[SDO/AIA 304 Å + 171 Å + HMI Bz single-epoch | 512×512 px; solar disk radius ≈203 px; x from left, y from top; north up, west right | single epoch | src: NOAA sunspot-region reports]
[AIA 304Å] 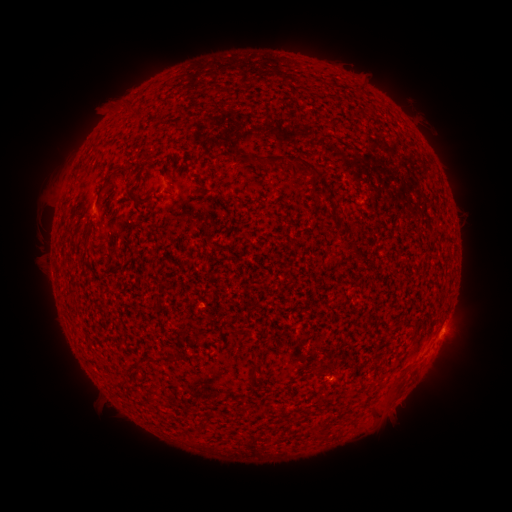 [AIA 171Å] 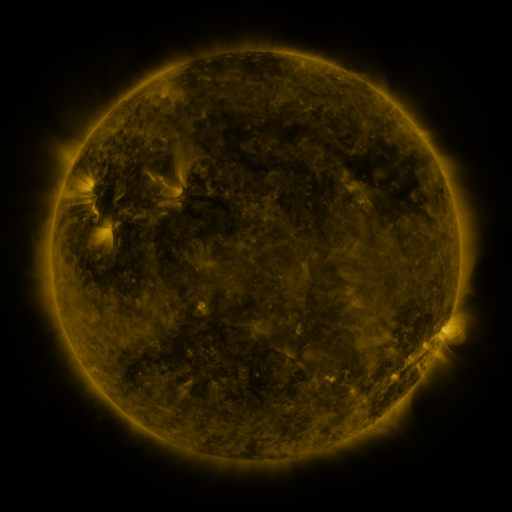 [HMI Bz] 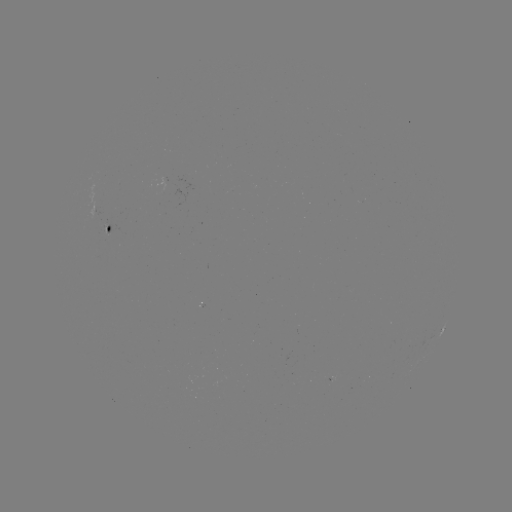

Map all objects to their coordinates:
spotted active region: (108, 226)
spotted active region: (443, 329)
